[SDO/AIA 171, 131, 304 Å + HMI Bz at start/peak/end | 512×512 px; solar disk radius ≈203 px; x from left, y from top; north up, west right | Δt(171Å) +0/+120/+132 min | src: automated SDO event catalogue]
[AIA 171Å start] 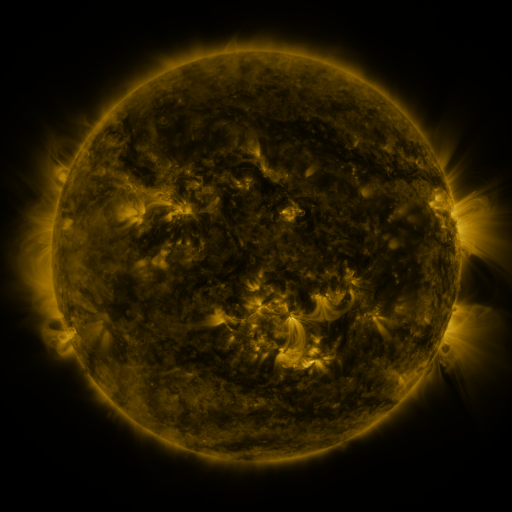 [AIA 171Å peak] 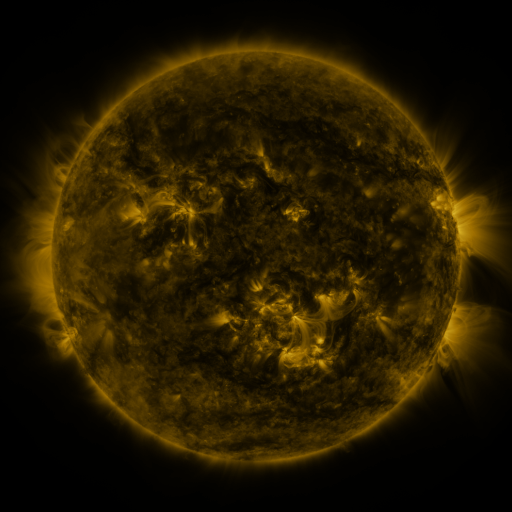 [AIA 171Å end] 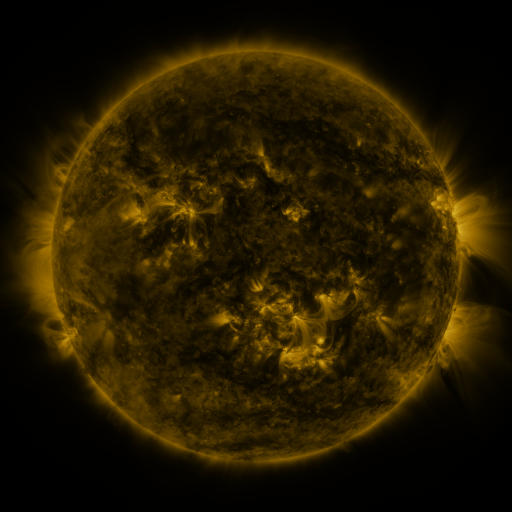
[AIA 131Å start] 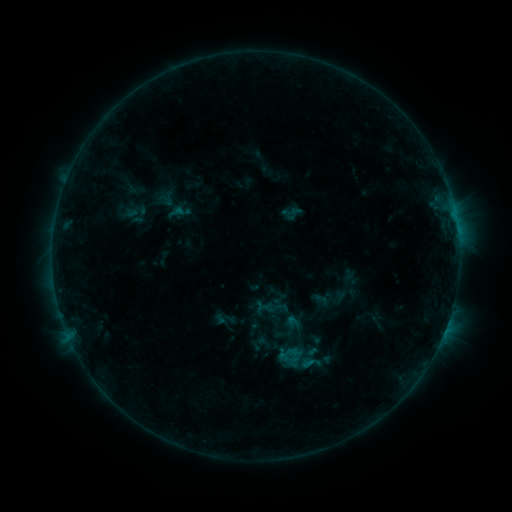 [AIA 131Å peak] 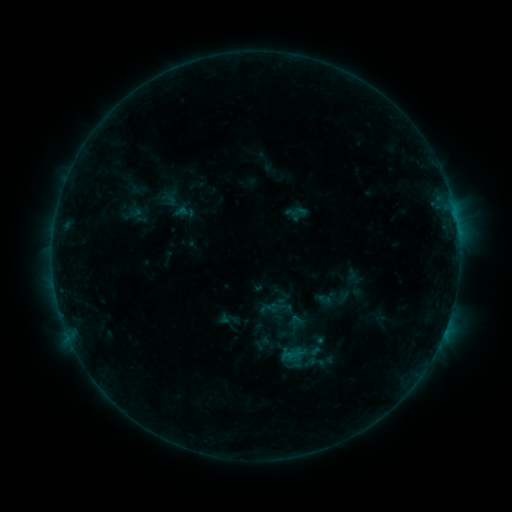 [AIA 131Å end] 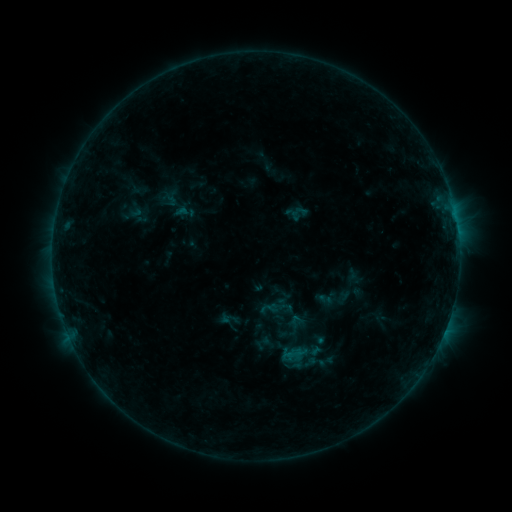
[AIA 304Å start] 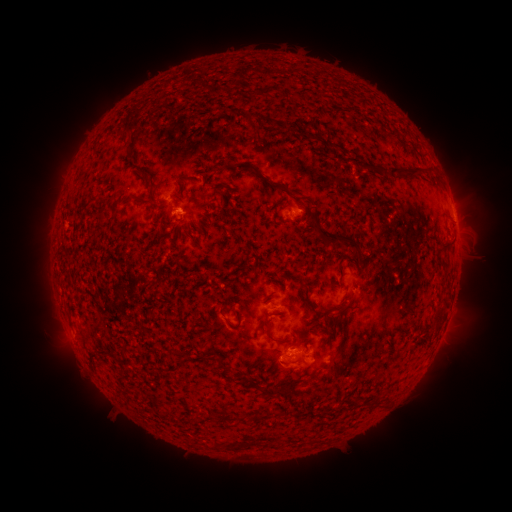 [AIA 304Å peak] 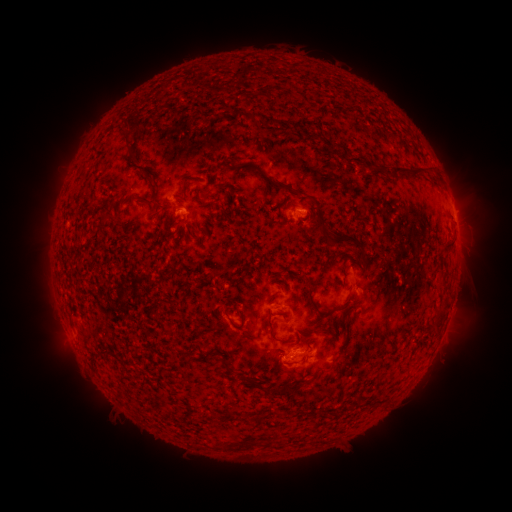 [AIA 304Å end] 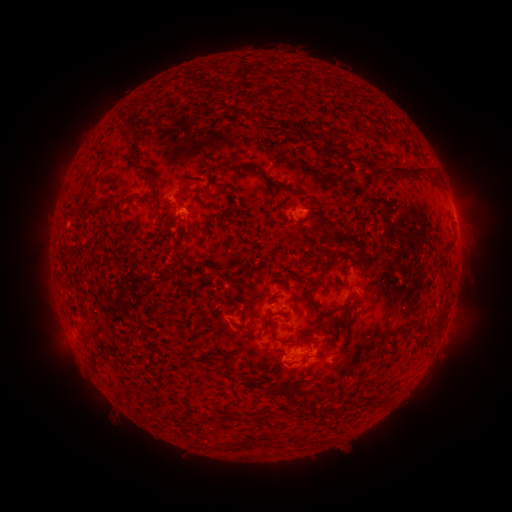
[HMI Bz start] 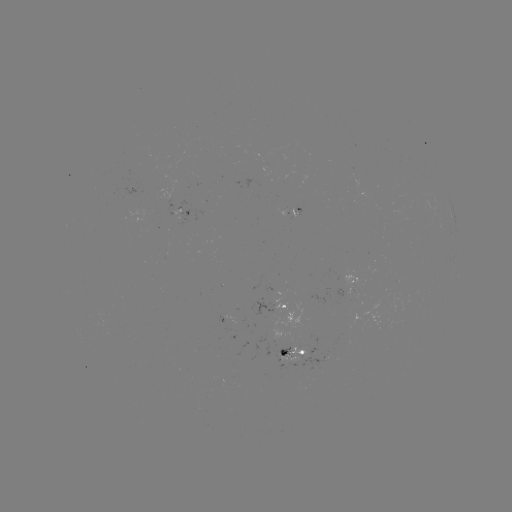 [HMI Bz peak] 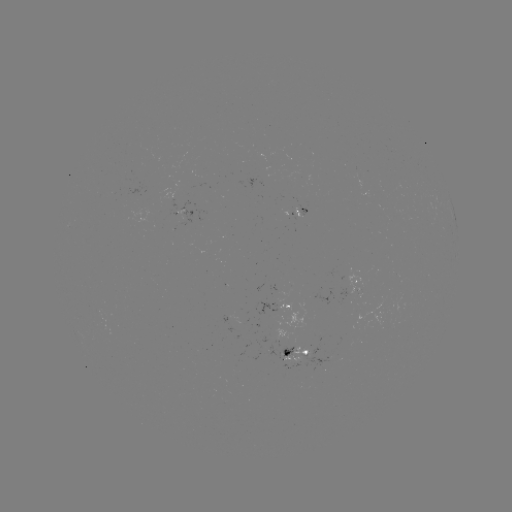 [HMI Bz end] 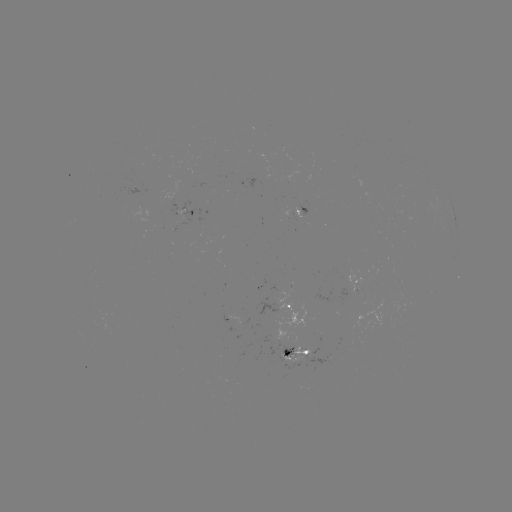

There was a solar emerging-flux region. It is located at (303, 208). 